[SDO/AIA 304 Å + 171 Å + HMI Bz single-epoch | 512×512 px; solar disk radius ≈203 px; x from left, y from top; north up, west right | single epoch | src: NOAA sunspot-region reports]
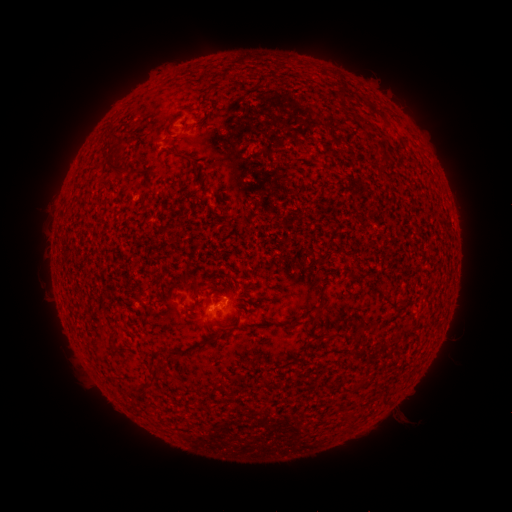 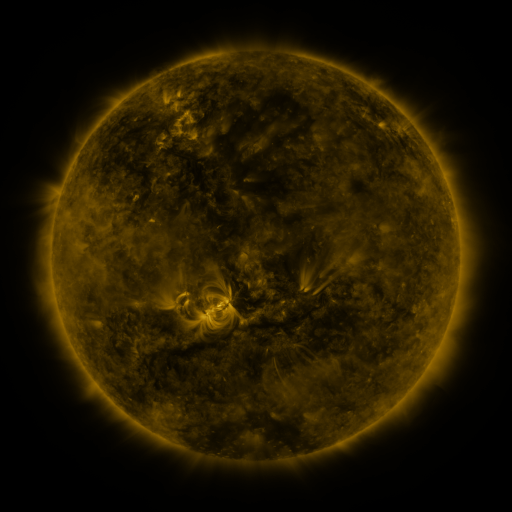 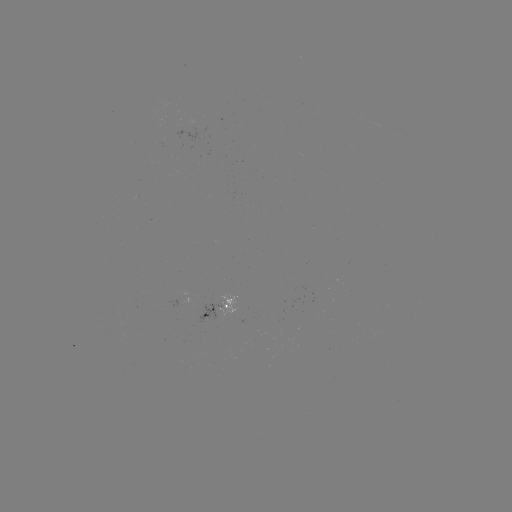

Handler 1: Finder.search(spotted active region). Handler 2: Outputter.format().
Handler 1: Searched spotted active region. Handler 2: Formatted [219, 312].